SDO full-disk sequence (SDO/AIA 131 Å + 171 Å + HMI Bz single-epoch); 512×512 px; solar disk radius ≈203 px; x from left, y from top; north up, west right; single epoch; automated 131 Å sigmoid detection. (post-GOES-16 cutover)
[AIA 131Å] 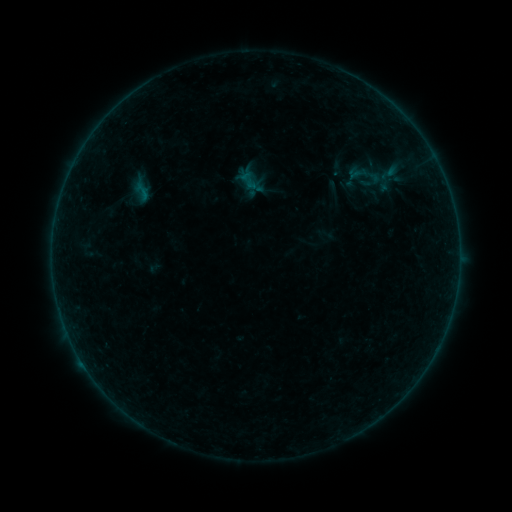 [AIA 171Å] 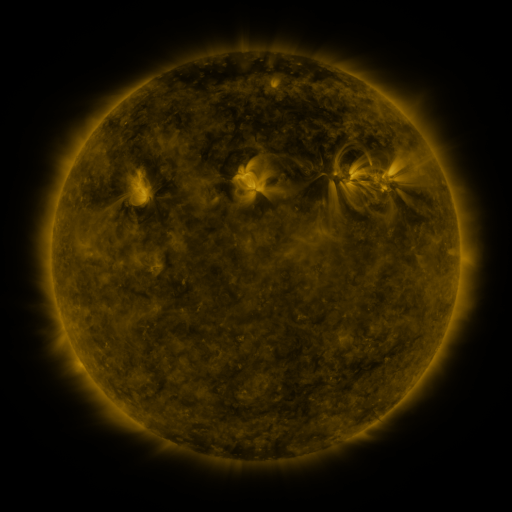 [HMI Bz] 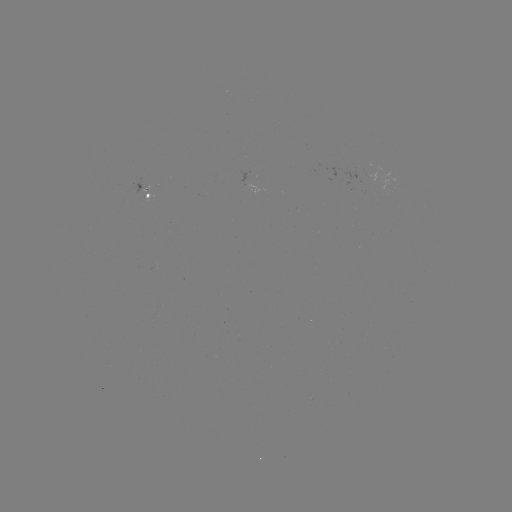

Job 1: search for sigmoid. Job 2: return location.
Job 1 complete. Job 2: (390, 172).